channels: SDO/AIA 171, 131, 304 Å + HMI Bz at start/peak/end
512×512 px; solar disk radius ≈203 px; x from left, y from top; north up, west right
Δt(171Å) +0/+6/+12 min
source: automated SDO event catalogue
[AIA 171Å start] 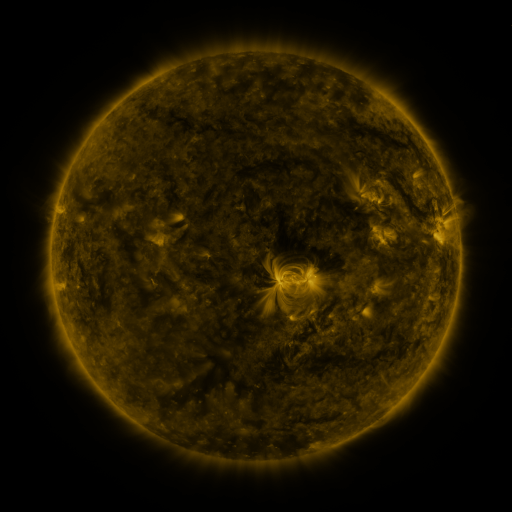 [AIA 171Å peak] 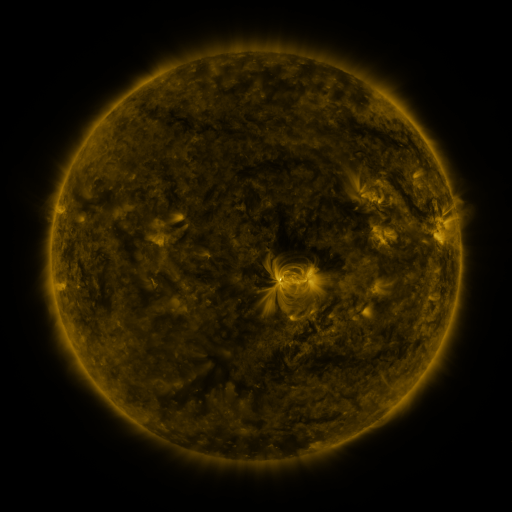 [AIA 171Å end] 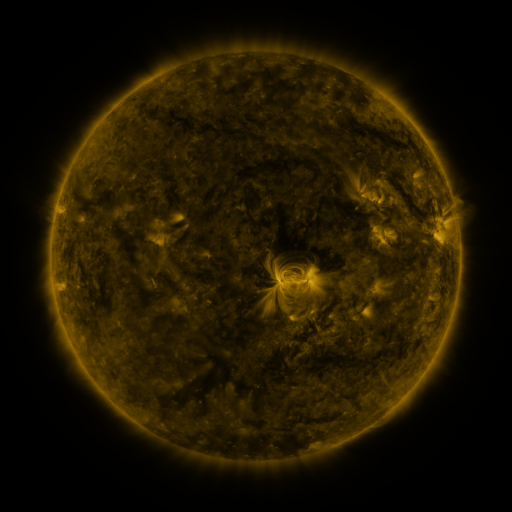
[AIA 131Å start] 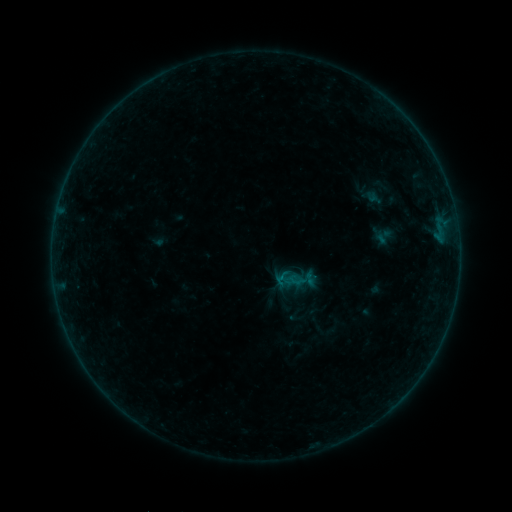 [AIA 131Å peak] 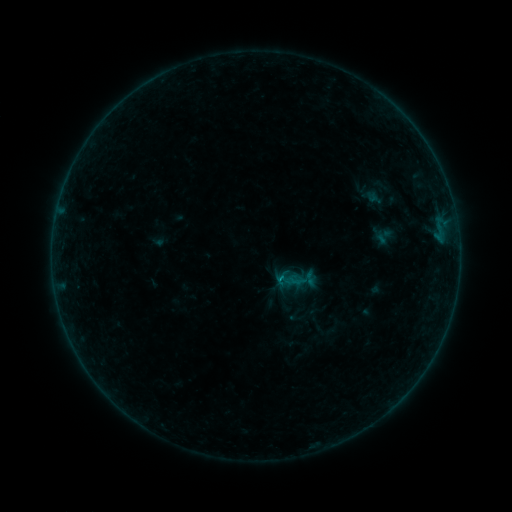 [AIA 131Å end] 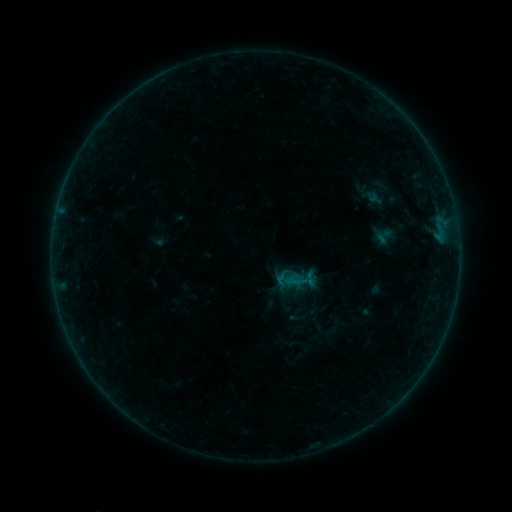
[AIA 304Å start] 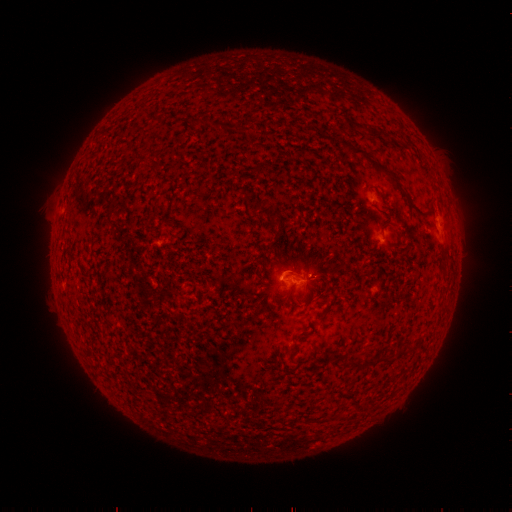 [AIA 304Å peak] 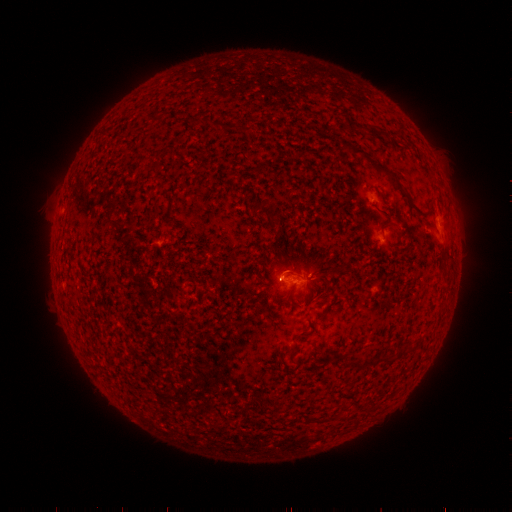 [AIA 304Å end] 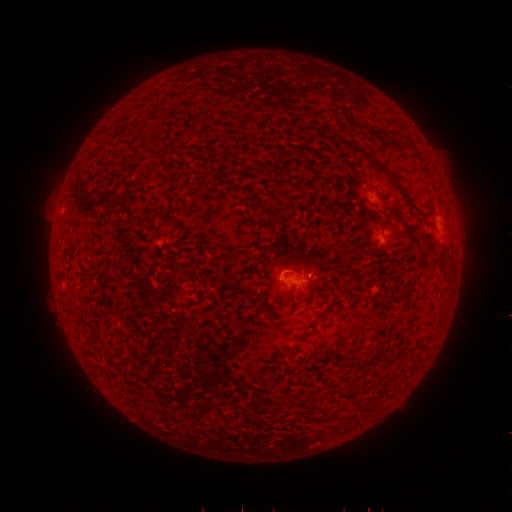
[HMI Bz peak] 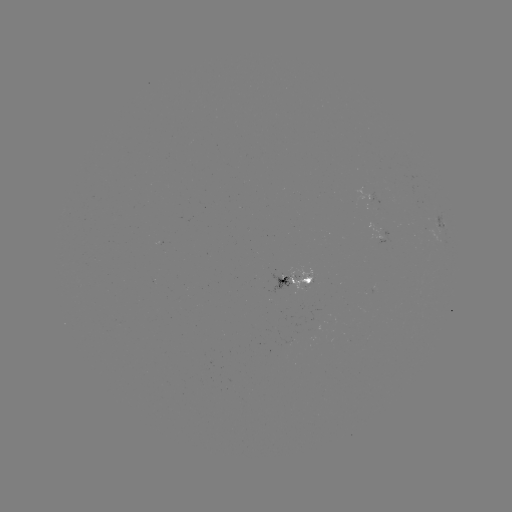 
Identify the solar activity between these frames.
B2.5 flare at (280, 275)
